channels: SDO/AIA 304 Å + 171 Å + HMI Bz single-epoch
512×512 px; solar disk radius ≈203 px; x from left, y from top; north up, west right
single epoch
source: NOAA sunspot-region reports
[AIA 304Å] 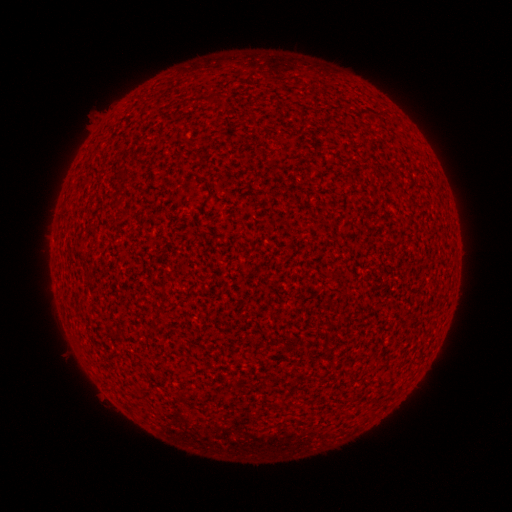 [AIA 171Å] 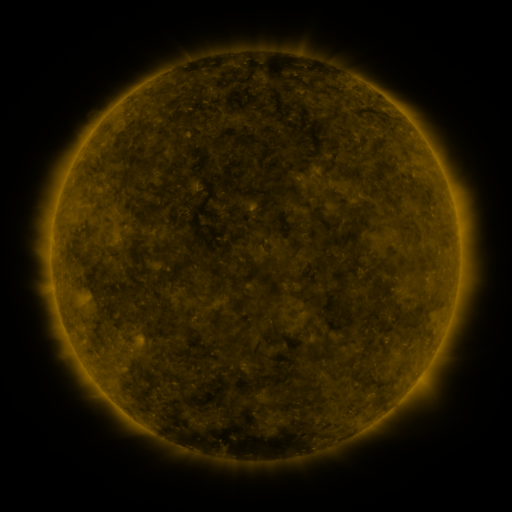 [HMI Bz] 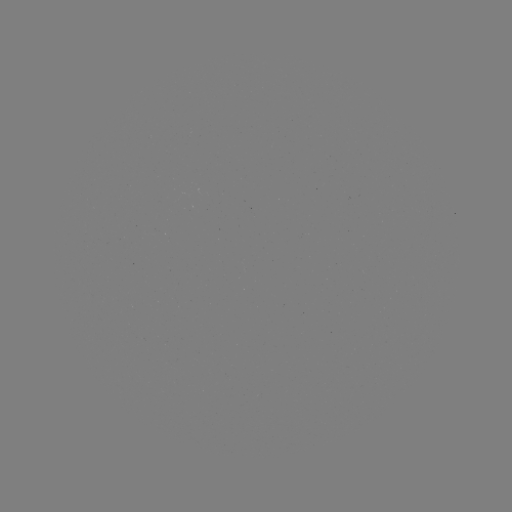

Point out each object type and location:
(none)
